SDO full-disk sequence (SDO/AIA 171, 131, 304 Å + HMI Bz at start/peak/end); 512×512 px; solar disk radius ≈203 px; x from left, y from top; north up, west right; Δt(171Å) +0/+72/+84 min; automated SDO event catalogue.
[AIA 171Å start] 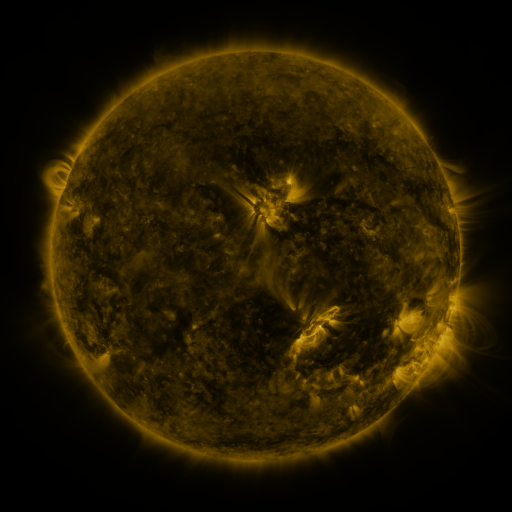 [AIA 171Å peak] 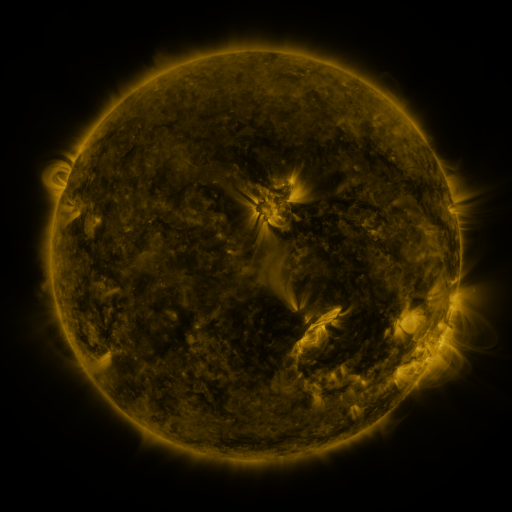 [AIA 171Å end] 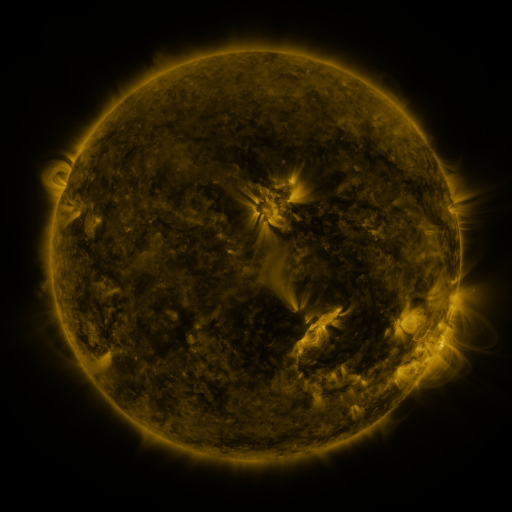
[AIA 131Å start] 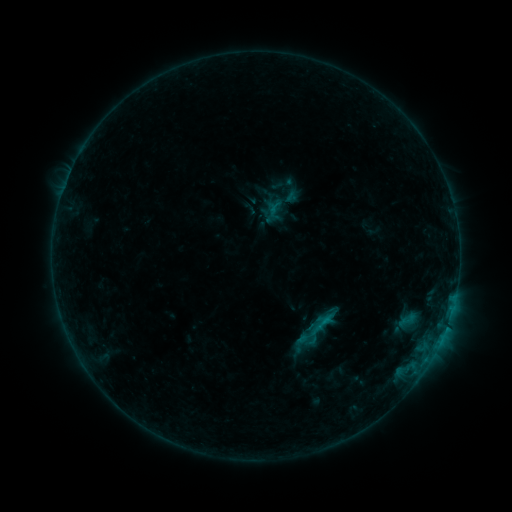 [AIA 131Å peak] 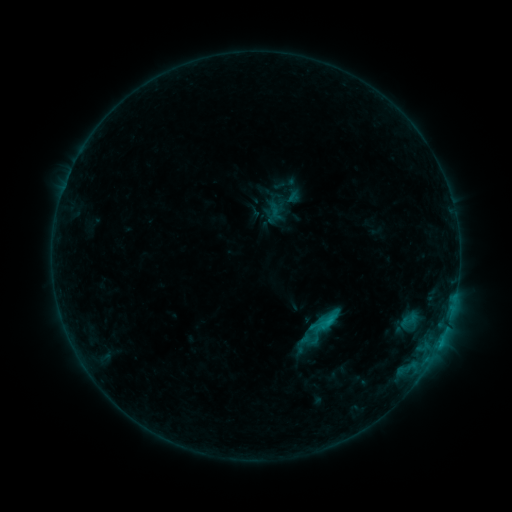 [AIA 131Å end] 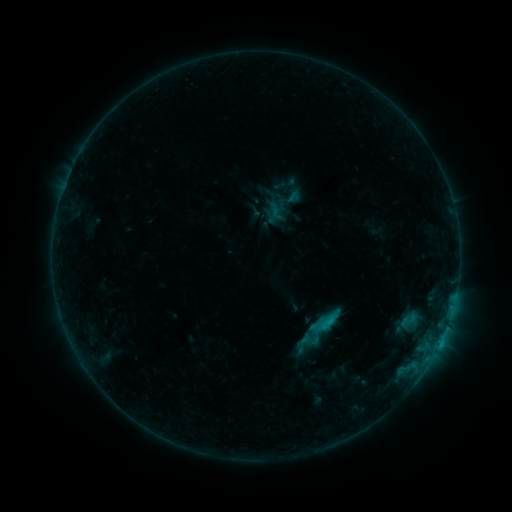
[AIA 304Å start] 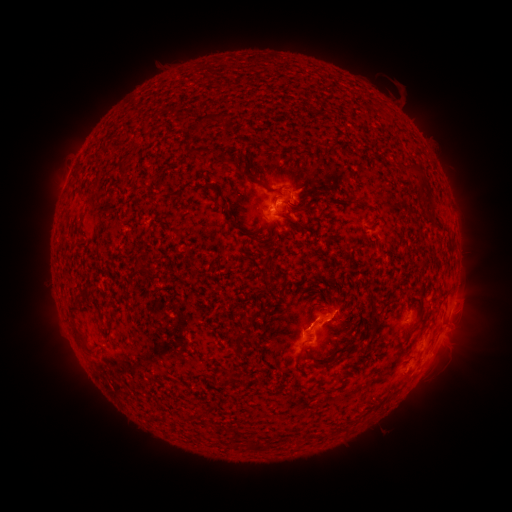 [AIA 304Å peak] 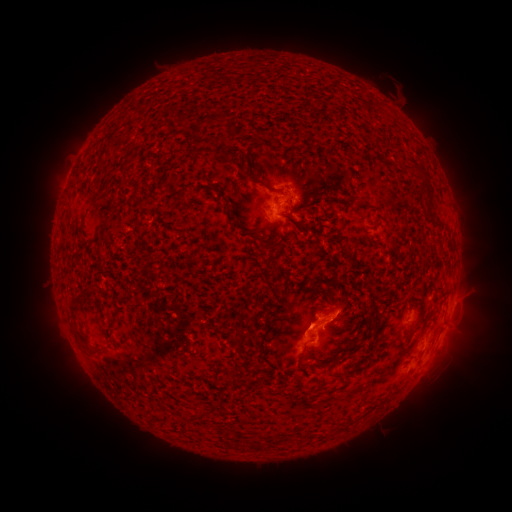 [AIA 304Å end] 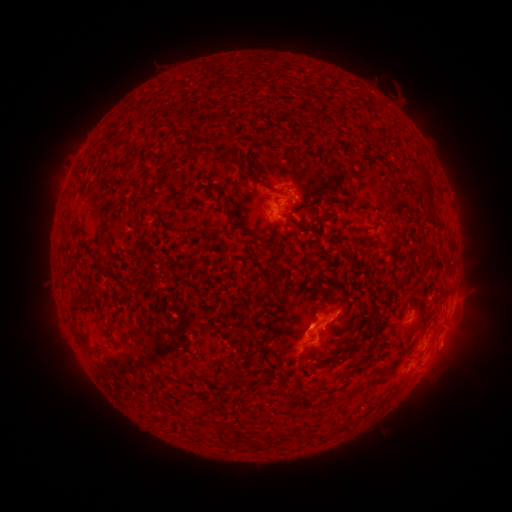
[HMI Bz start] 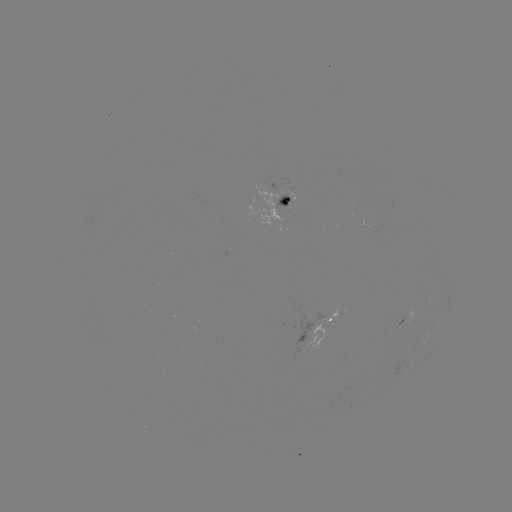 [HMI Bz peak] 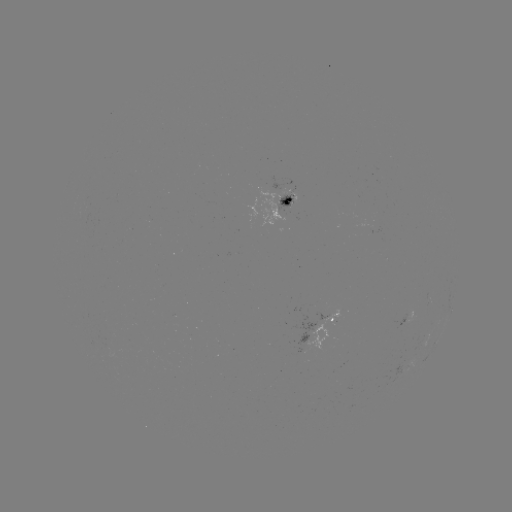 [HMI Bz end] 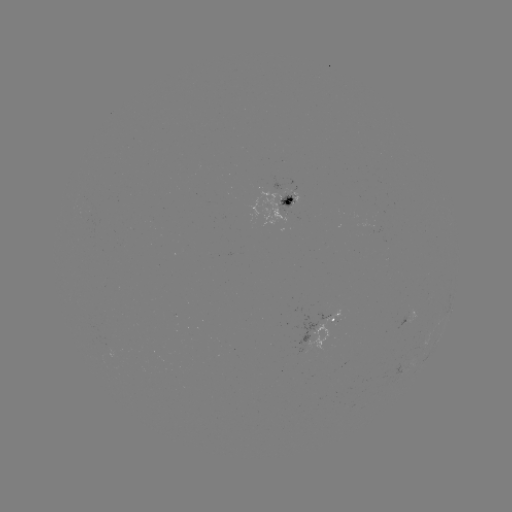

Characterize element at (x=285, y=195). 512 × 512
emerging-flux region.